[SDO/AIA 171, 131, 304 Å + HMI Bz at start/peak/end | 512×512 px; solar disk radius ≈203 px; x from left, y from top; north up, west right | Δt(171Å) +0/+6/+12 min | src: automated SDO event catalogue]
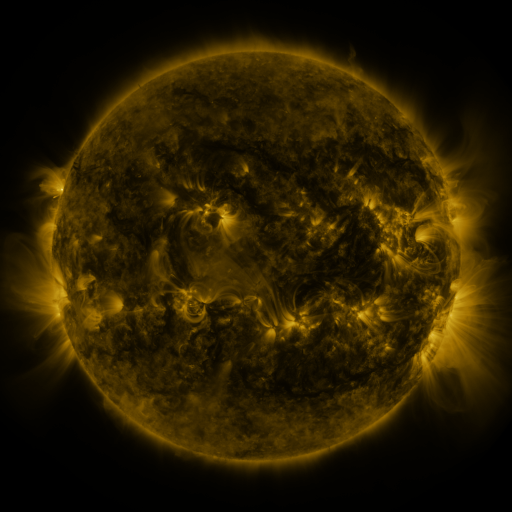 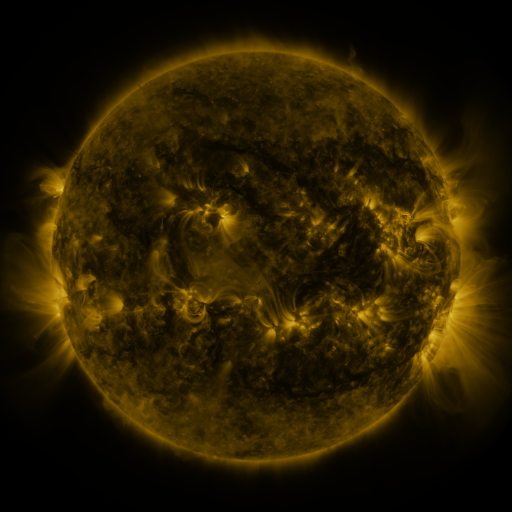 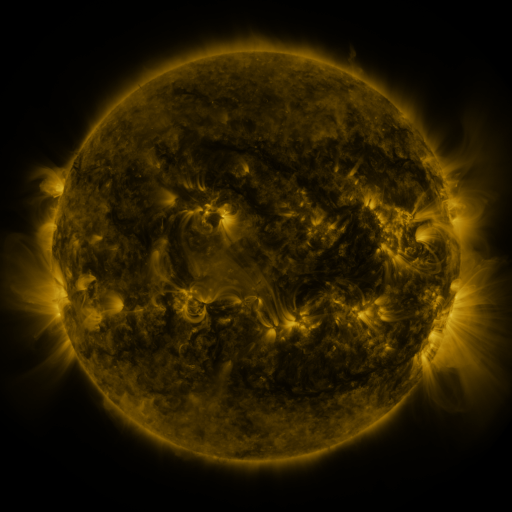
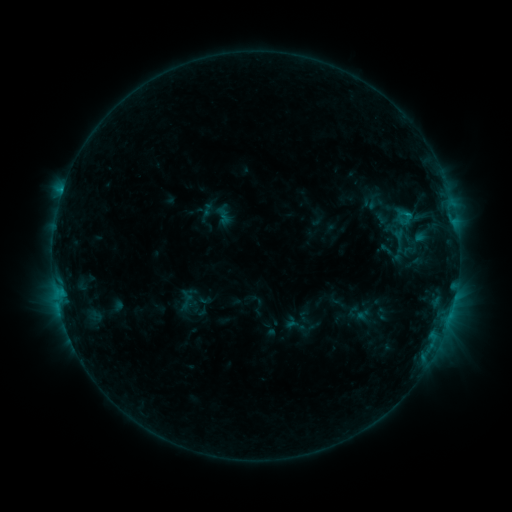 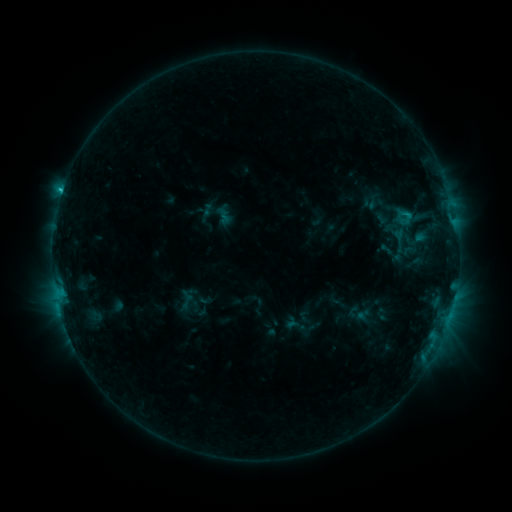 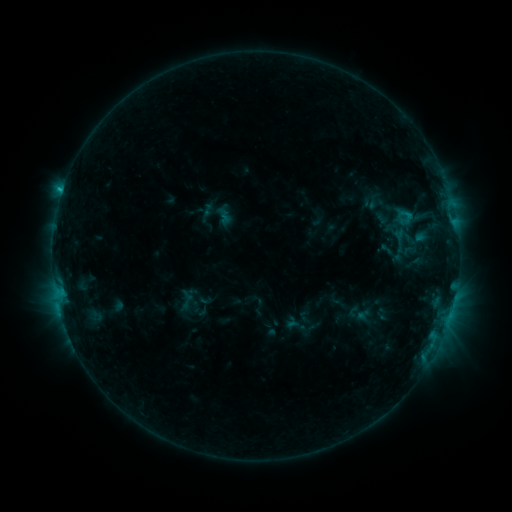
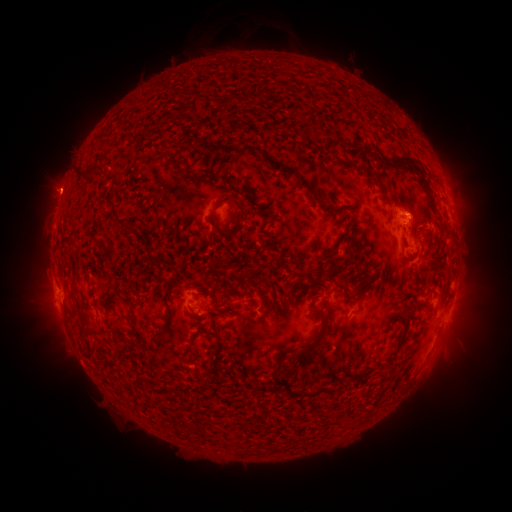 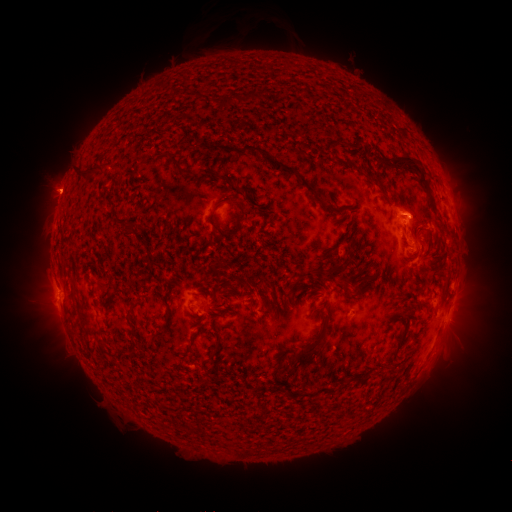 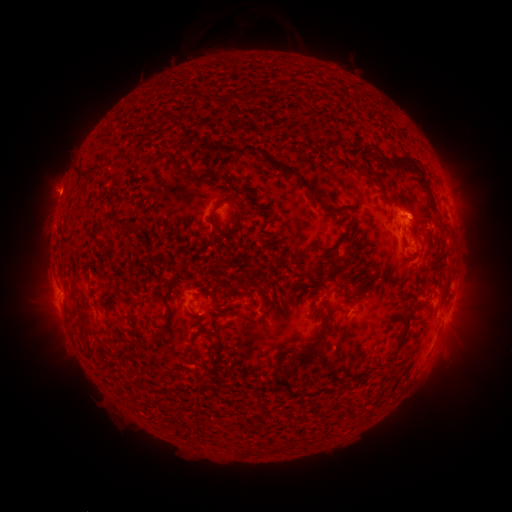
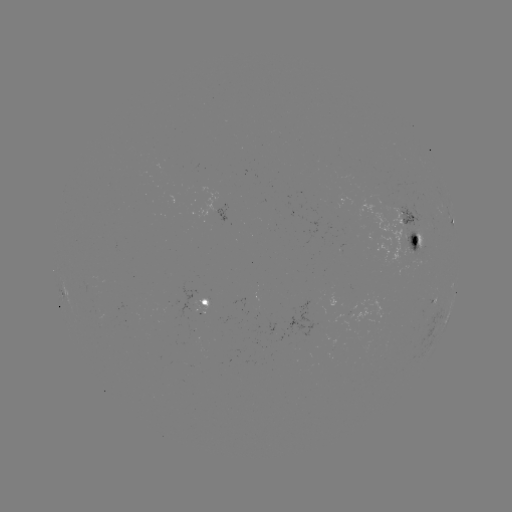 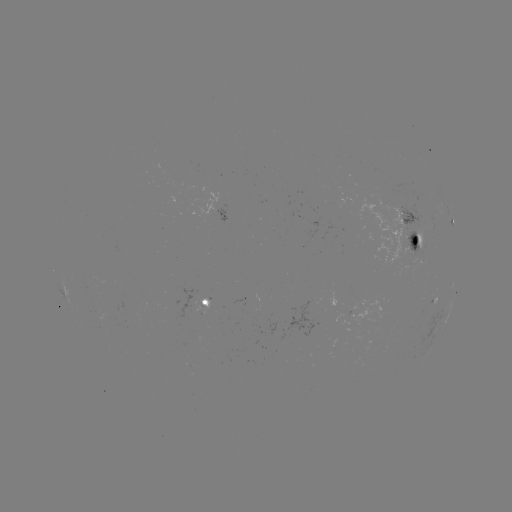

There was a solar flare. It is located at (62, 193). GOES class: C1.2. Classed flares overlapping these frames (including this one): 1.